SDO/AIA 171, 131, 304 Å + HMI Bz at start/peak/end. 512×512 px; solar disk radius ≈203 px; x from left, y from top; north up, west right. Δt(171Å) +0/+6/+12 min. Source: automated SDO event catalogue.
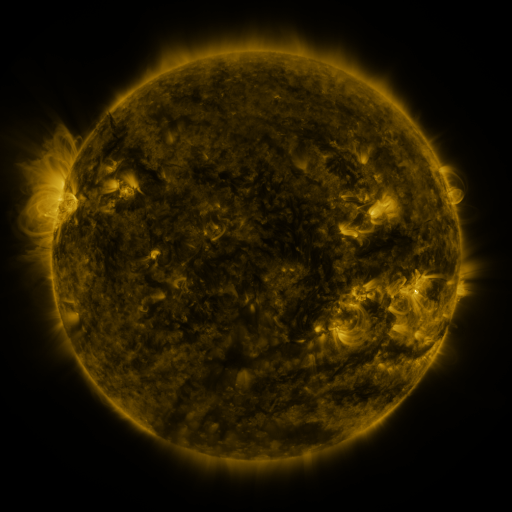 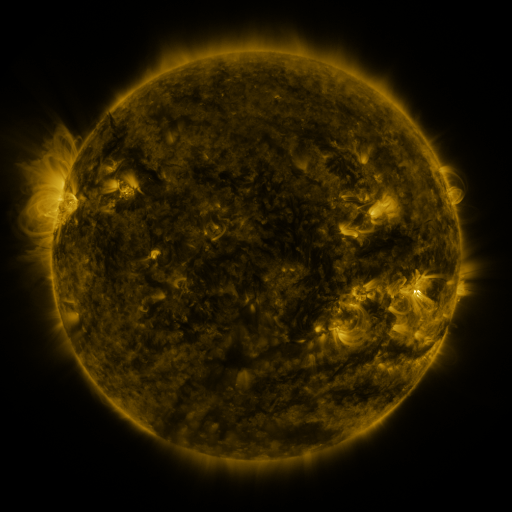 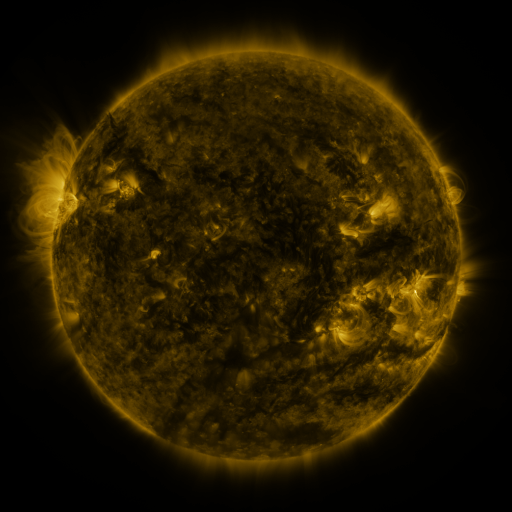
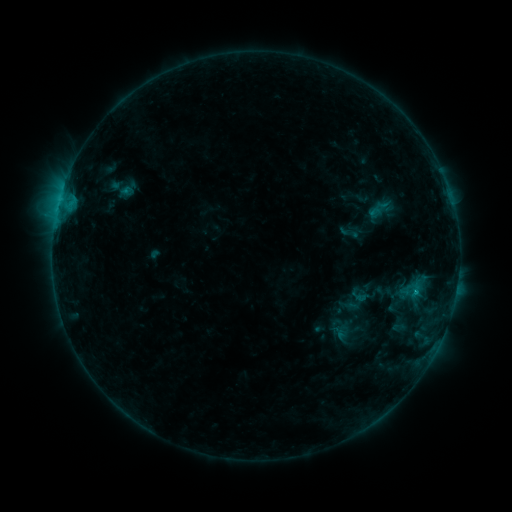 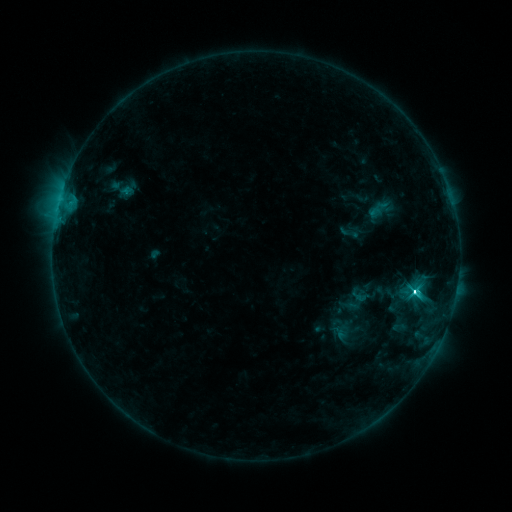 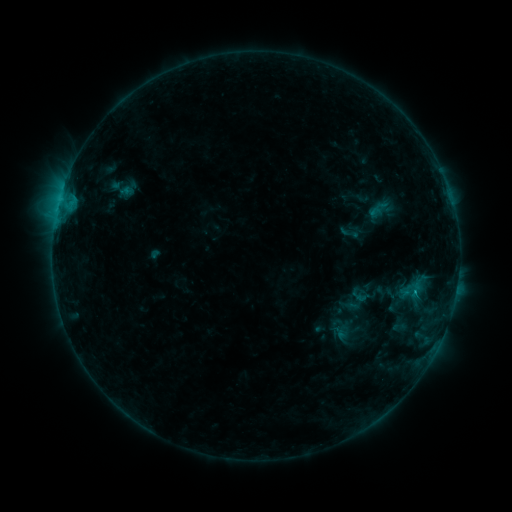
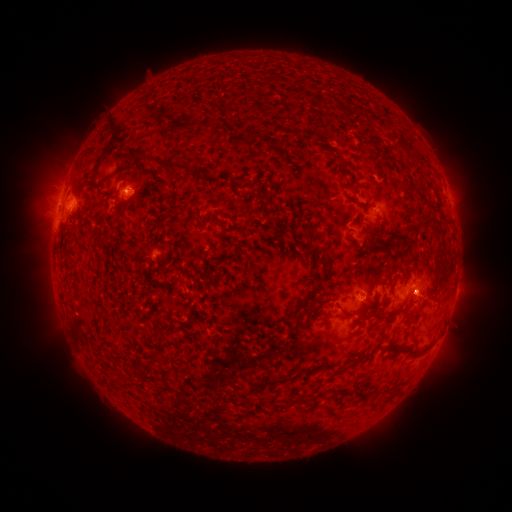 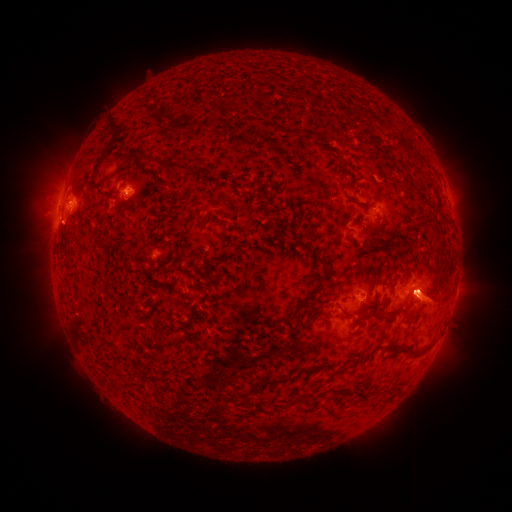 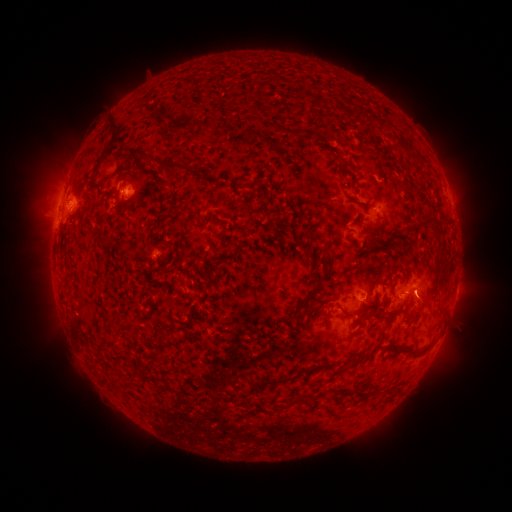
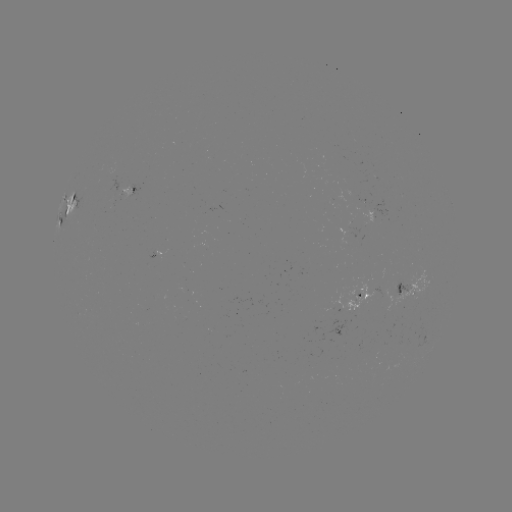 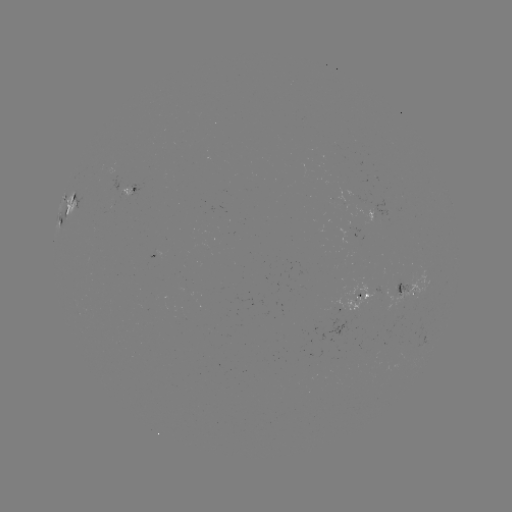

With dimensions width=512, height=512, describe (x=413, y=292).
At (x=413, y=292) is C3.9 flare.